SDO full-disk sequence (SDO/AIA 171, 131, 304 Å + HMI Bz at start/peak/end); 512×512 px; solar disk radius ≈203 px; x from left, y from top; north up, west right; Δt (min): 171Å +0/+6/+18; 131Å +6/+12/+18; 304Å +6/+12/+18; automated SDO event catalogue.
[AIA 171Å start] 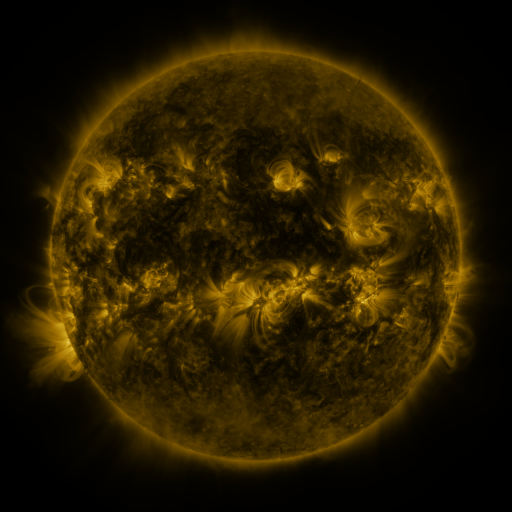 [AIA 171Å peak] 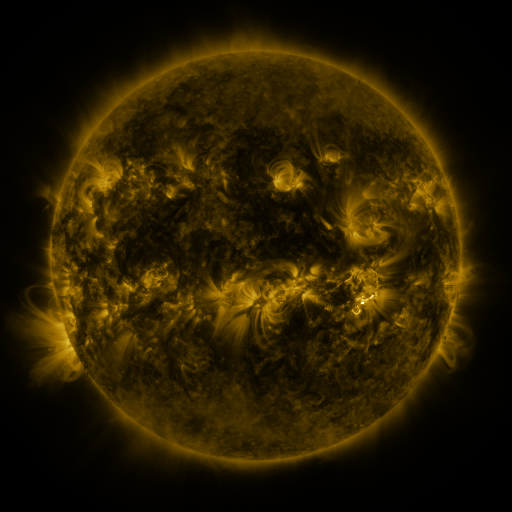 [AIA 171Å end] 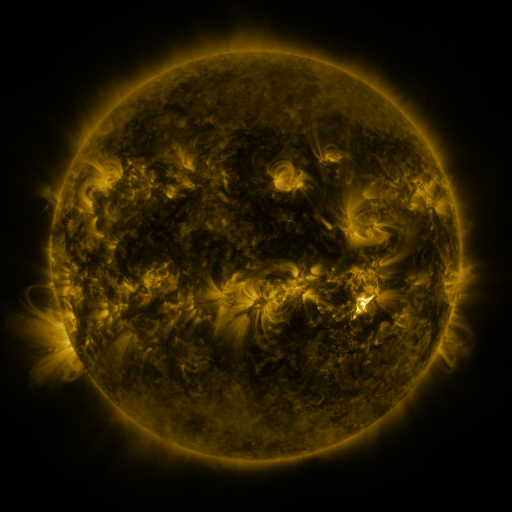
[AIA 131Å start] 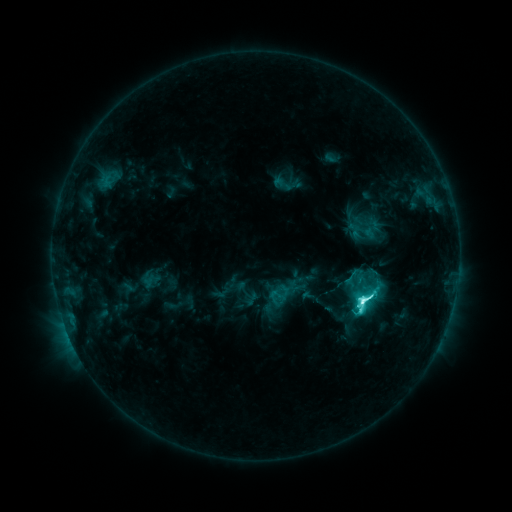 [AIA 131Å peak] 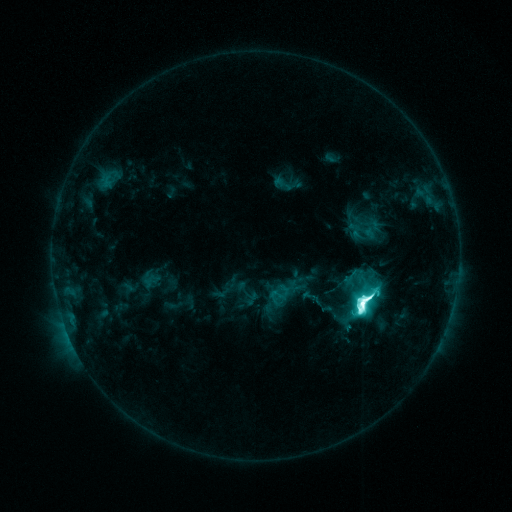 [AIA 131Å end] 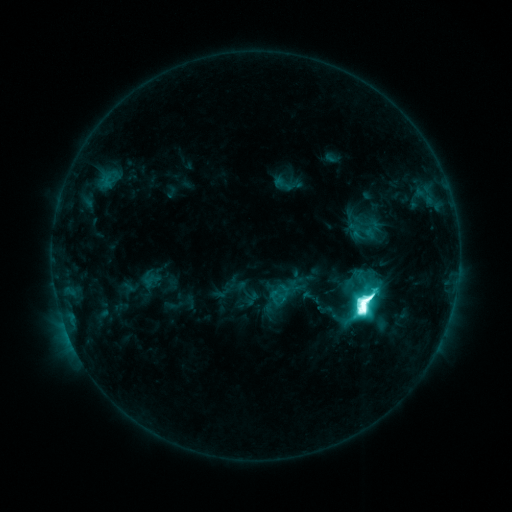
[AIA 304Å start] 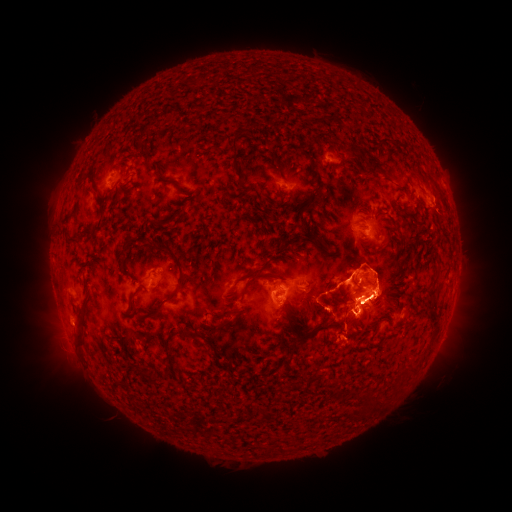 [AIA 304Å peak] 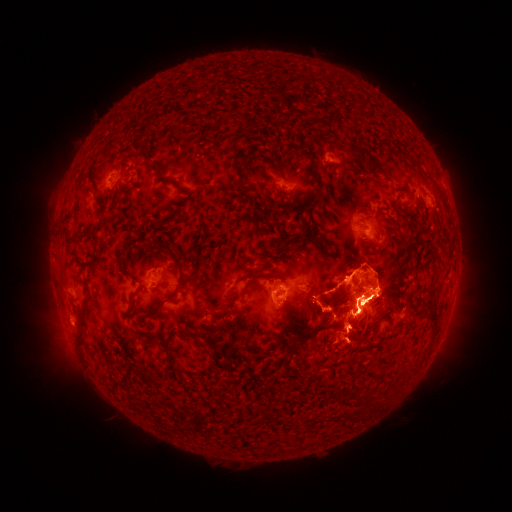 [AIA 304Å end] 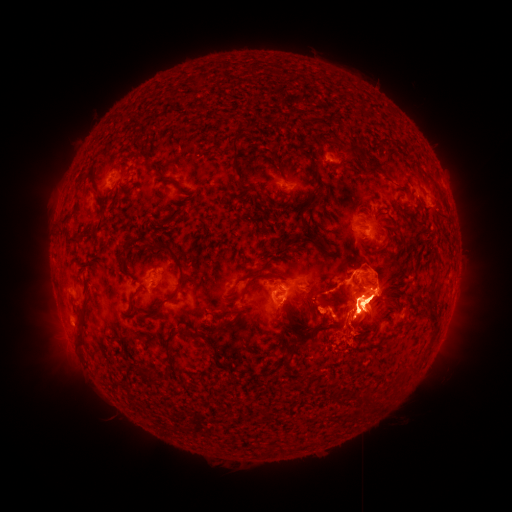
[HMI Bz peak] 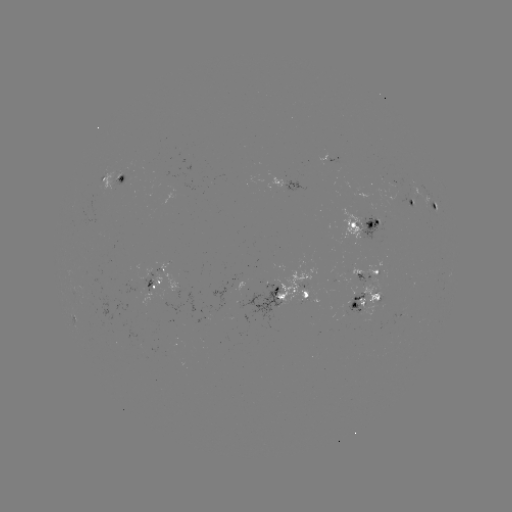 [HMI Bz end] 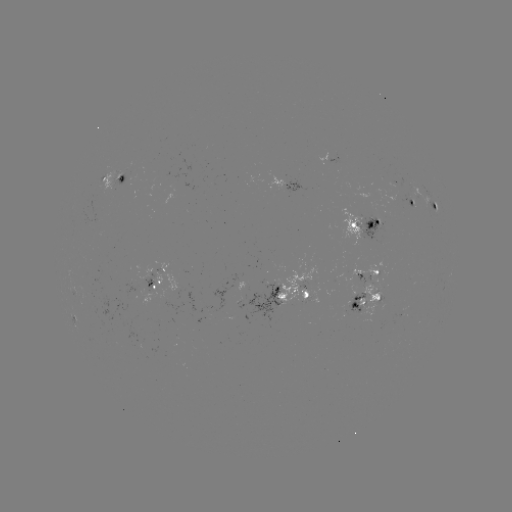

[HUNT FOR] eruption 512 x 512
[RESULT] [48, 317]